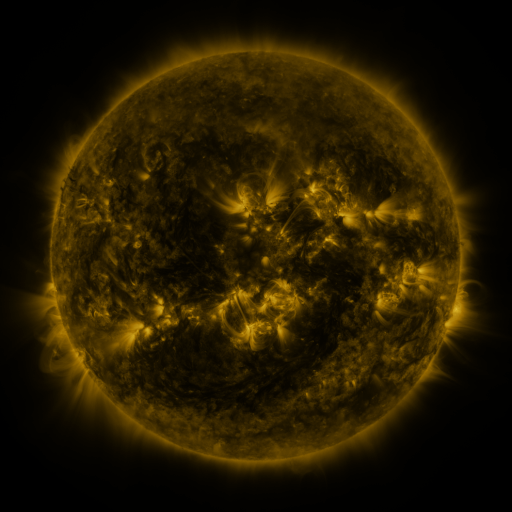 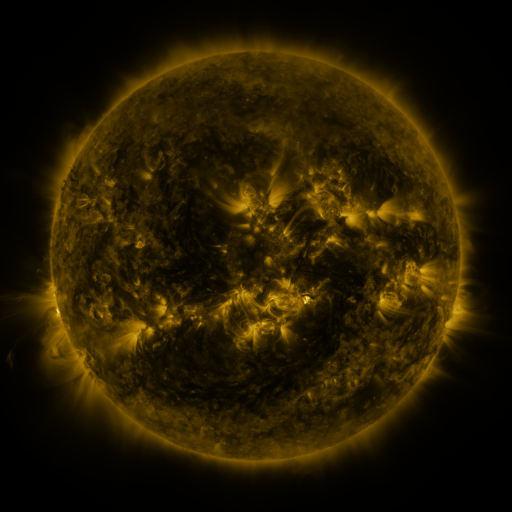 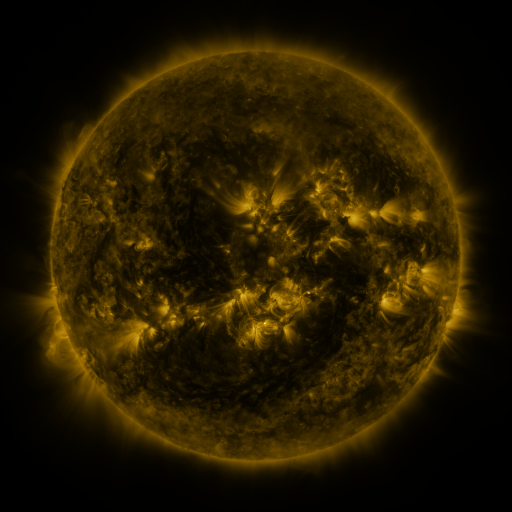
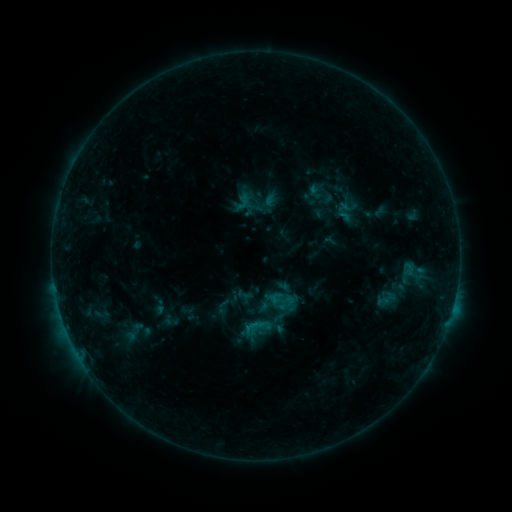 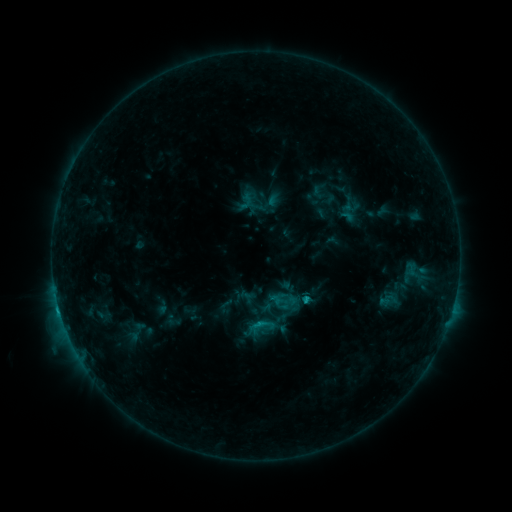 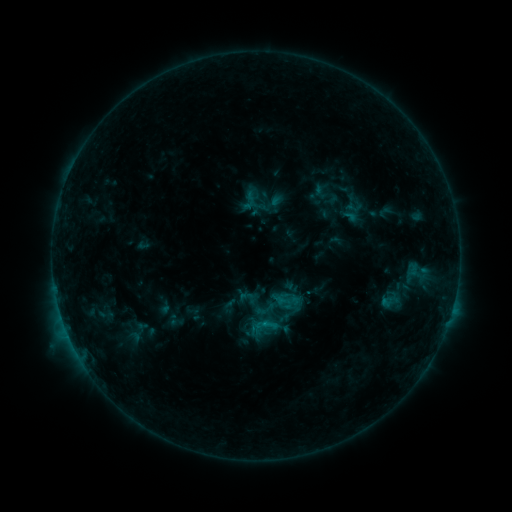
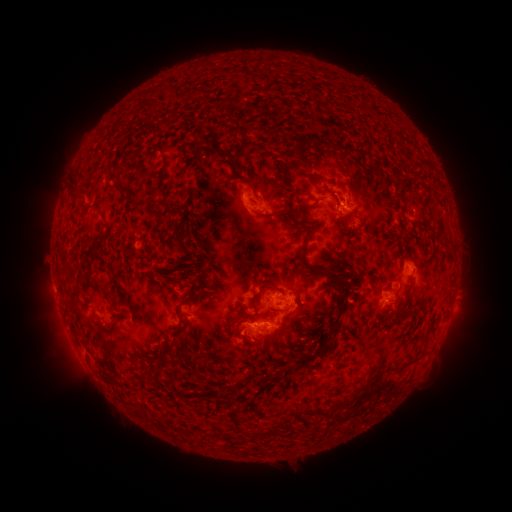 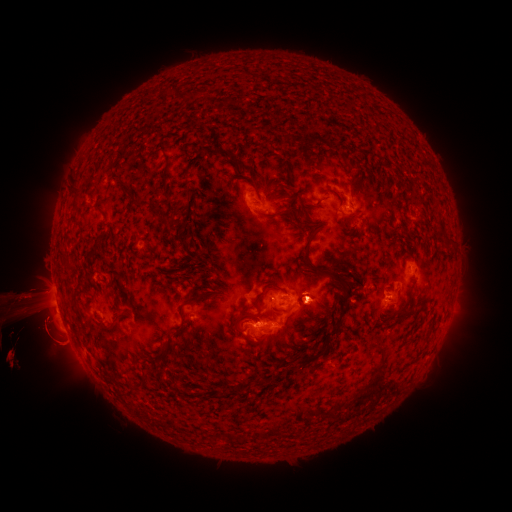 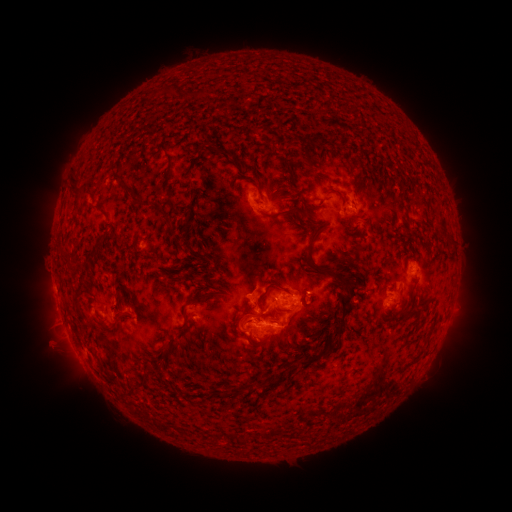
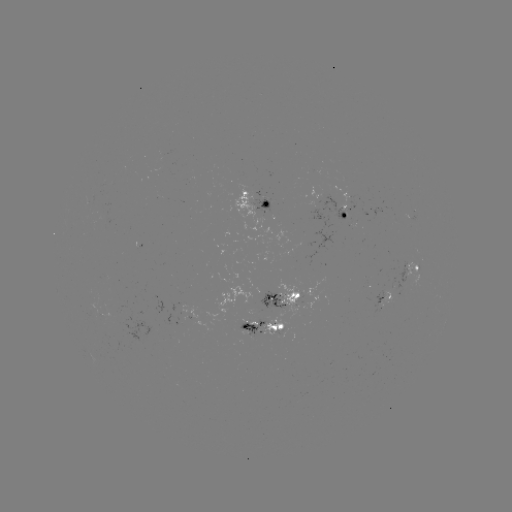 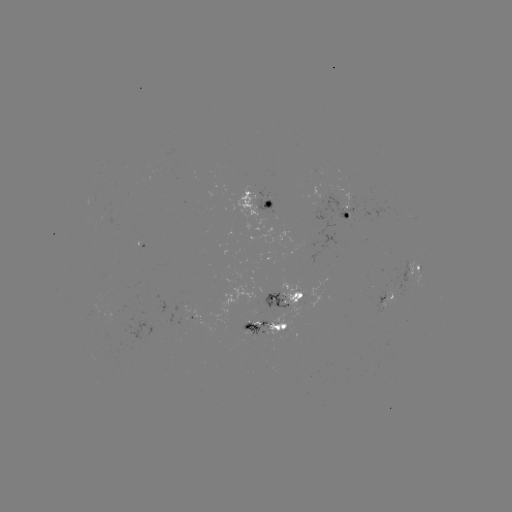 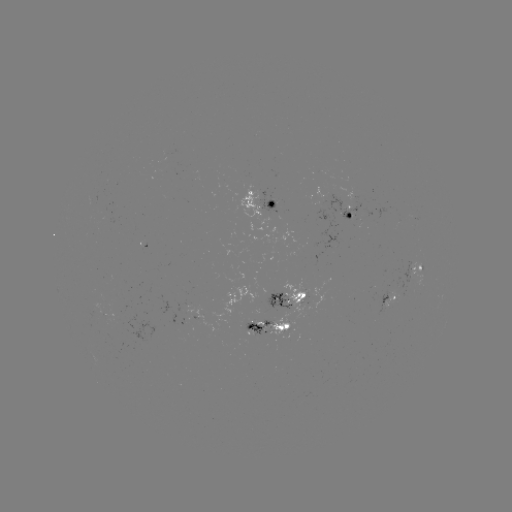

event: filament eruption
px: (83, 318)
